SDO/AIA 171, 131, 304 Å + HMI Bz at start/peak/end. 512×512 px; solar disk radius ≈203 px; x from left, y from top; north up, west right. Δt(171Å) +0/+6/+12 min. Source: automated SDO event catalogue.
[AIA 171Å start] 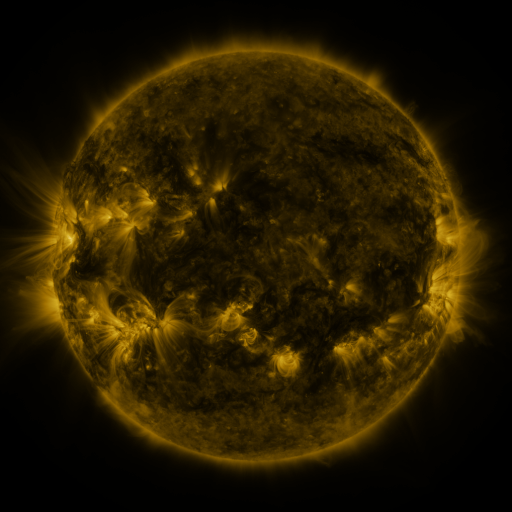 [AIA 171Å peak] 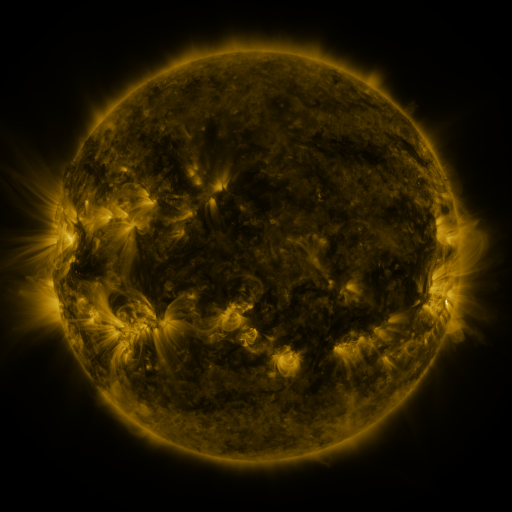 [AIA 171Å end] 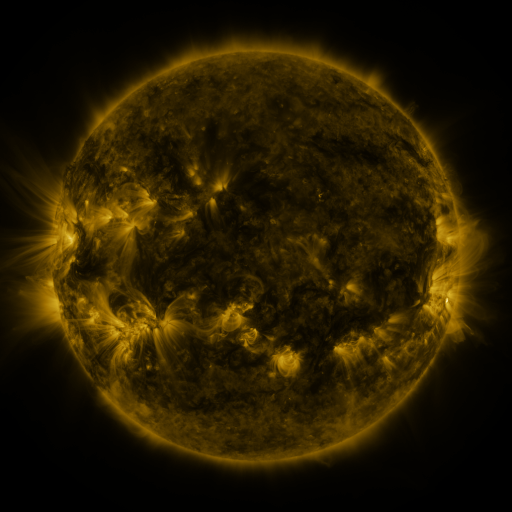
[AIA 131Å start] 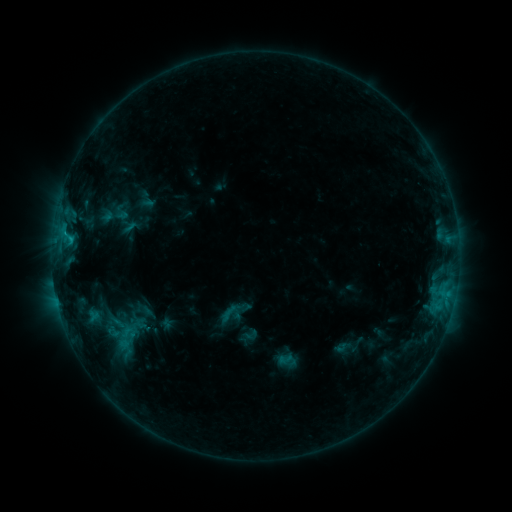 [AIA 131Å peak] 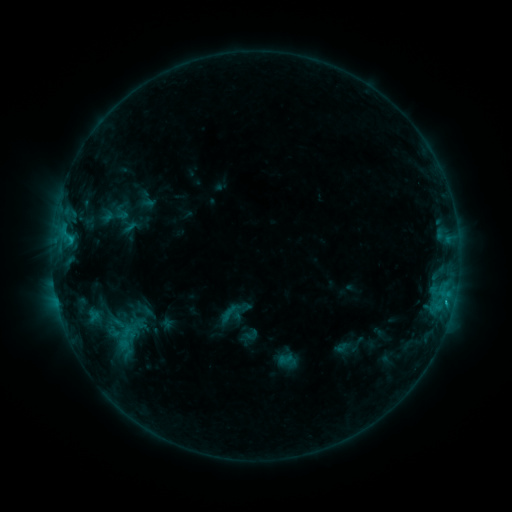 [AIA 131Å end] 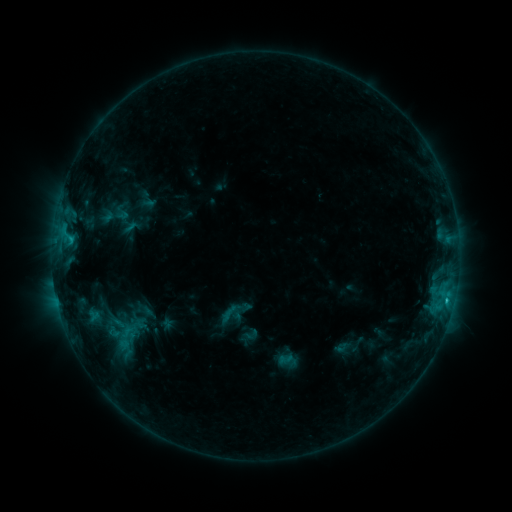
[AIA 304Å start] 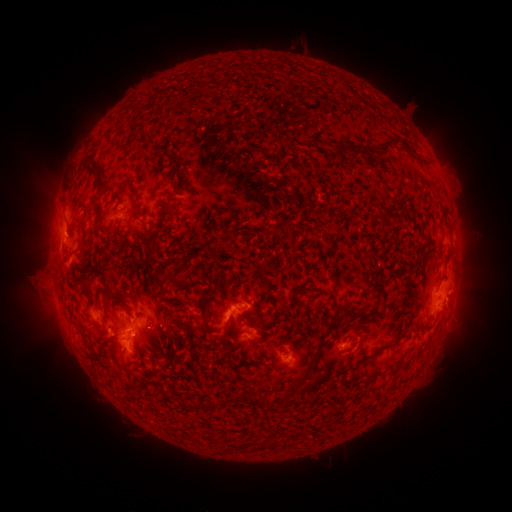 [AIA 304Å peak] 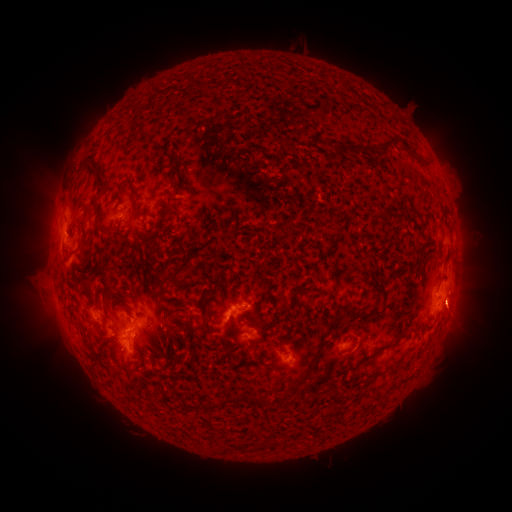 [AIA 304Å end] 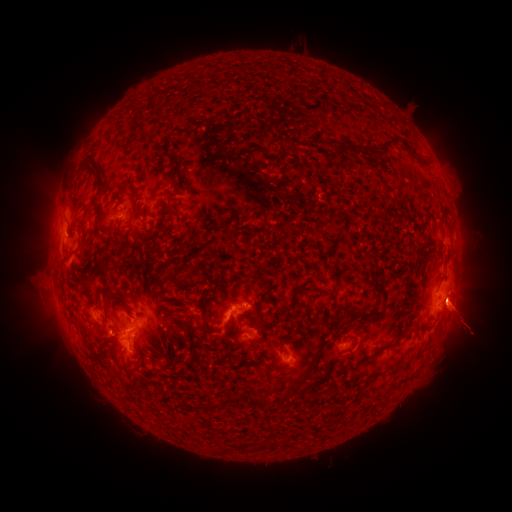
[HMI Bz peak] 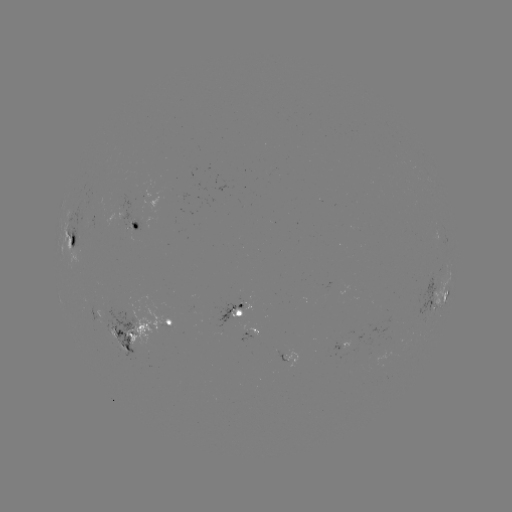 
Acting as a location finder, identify eruption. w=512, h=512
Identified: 462,308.